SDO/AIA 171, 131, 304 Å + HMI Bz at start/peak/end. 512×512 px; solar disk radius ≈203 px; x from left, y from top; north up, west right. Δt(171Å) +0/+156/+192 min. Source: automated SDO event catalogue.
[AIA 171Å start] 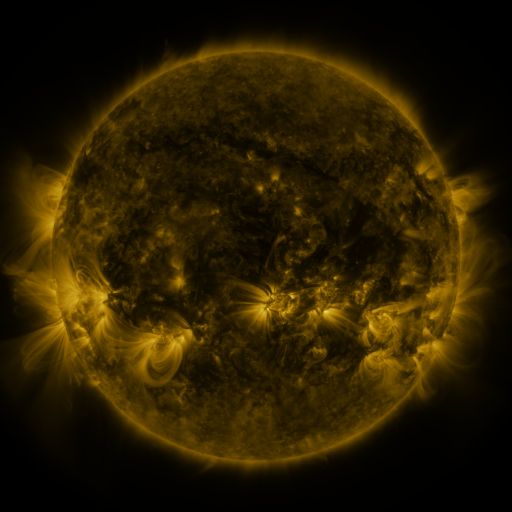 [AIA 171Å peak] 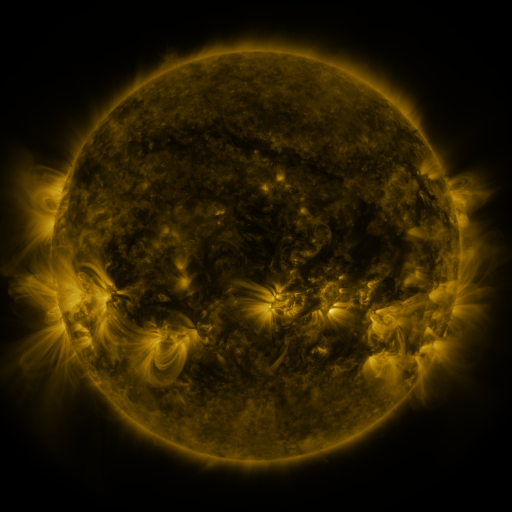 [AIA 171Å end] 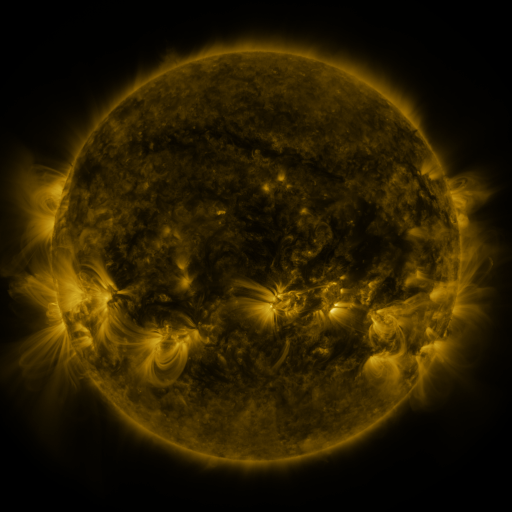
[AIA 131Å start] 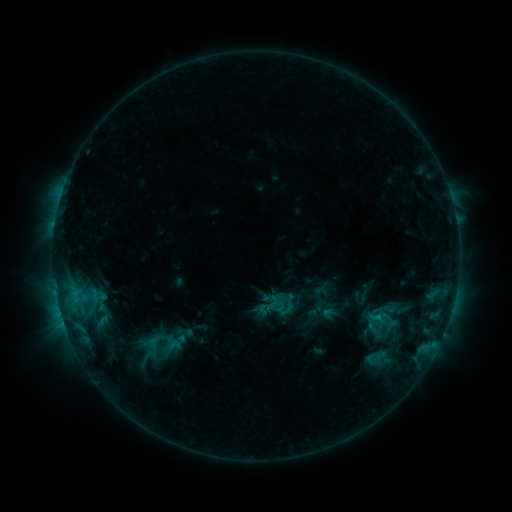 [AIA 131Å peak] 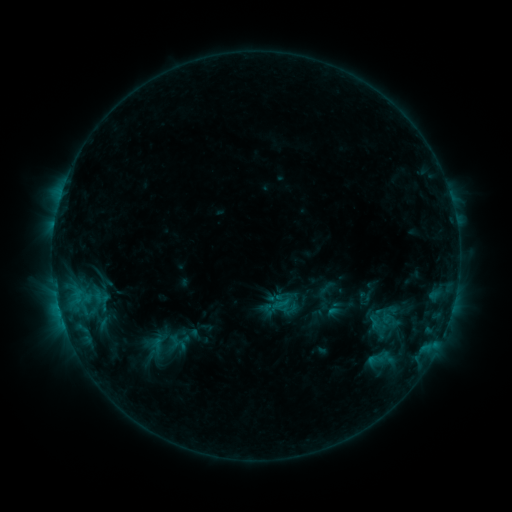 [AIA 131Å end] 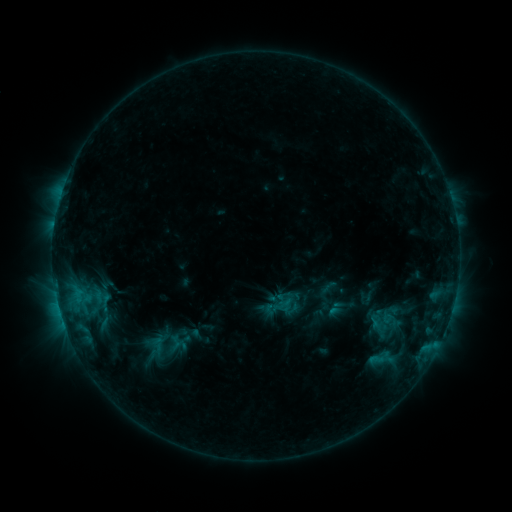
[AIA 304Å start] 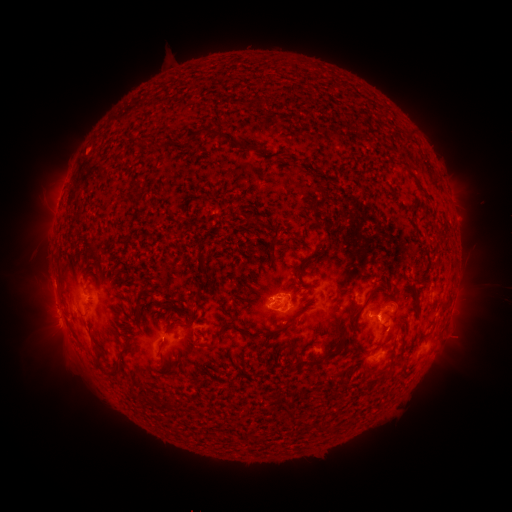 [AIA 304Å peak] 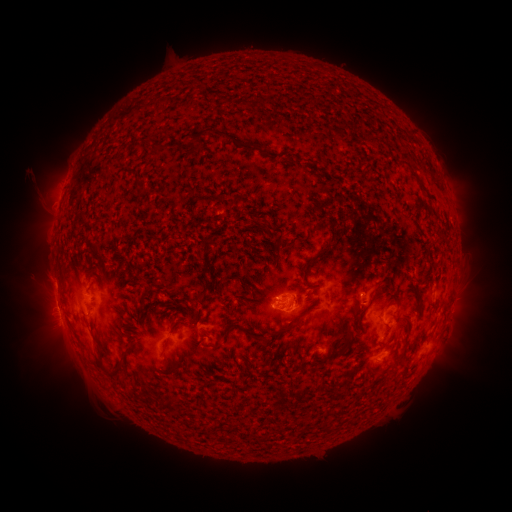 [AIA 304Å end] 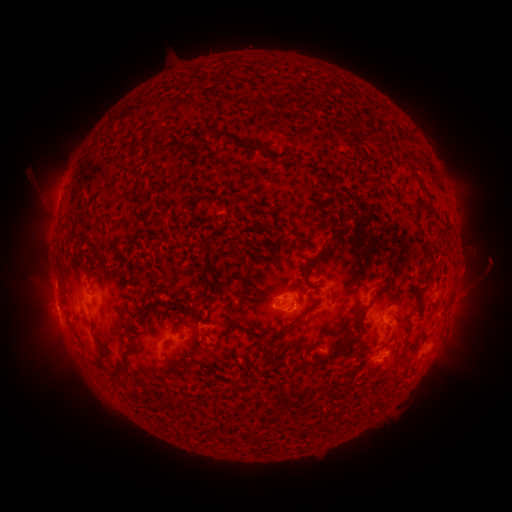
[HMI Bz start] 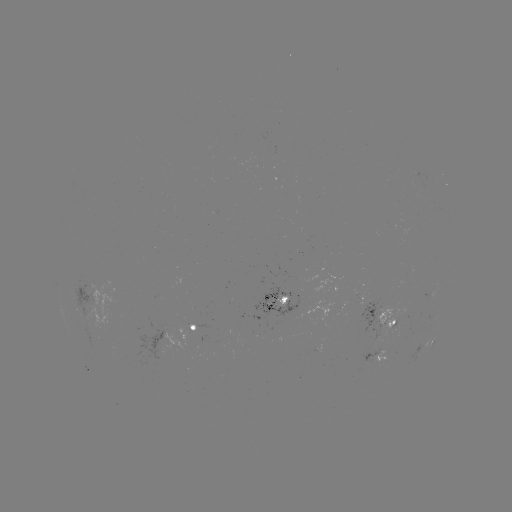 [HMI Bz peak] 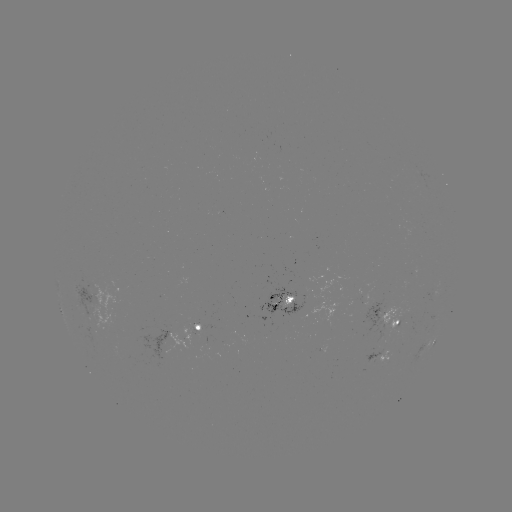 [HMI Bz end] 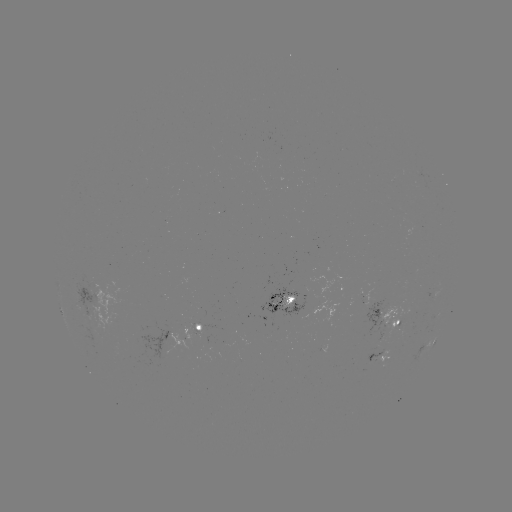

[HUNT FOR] emerging-flux region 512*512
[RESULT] [196, 335]